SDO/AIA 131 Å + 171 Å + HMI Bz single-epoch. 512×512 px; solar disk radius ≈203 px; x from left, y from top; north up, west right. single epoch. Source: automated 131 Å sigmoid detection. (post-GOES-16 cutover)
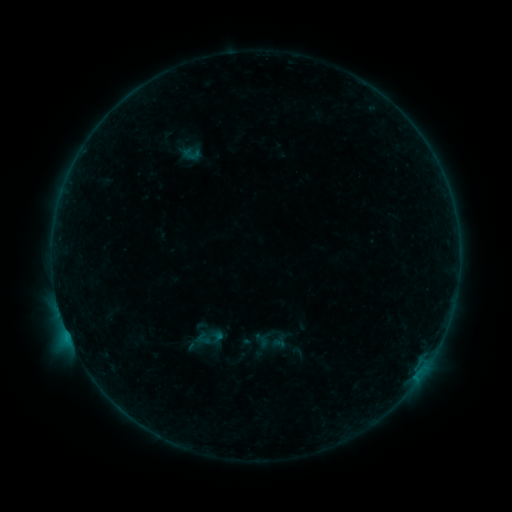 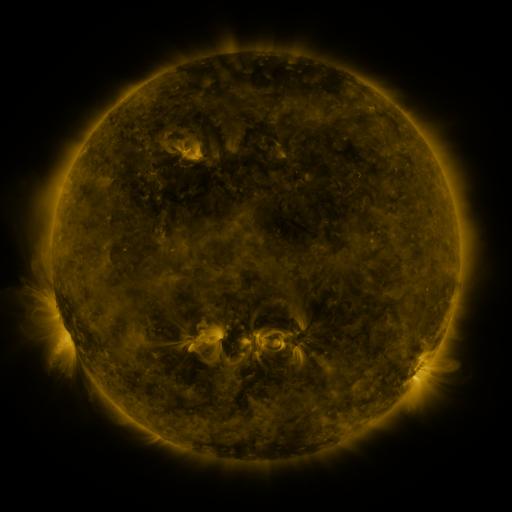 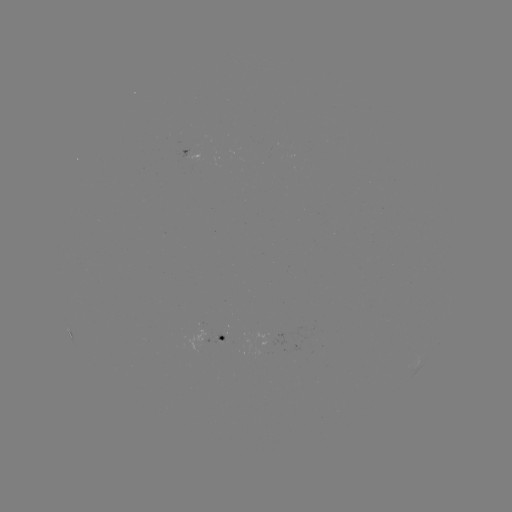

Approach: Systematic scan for sigmoid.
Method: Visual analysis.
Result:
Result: sigmoid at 208,337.